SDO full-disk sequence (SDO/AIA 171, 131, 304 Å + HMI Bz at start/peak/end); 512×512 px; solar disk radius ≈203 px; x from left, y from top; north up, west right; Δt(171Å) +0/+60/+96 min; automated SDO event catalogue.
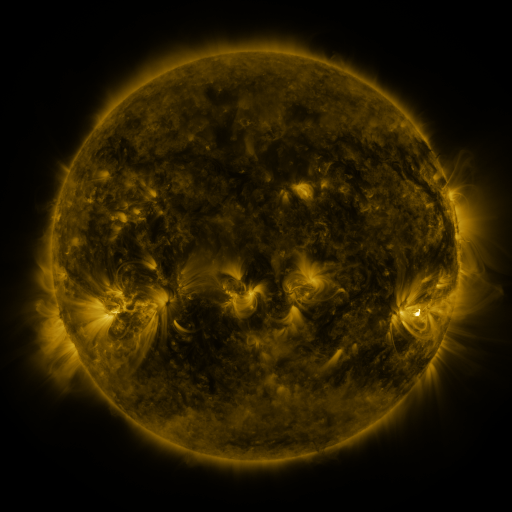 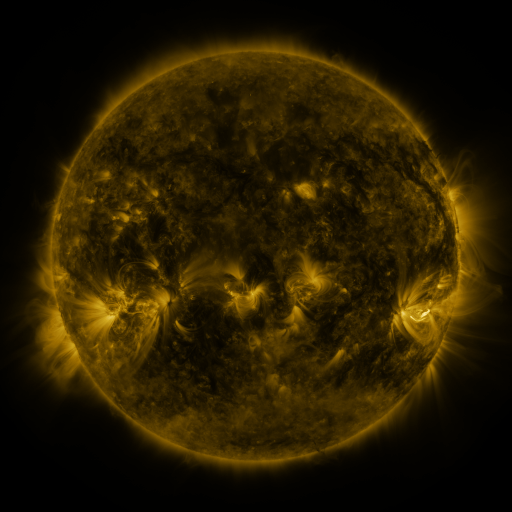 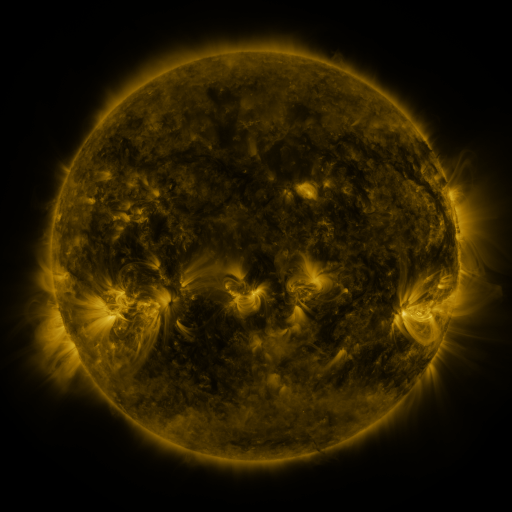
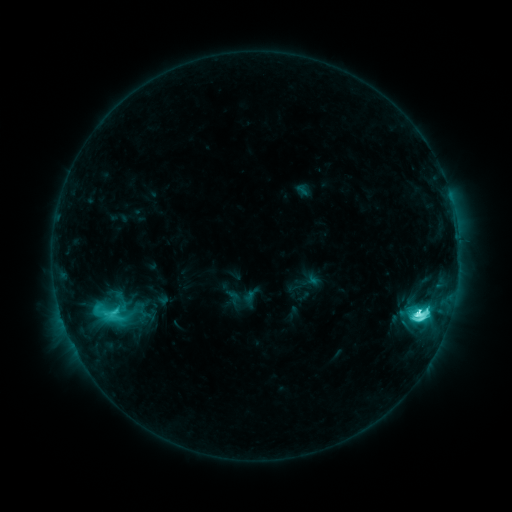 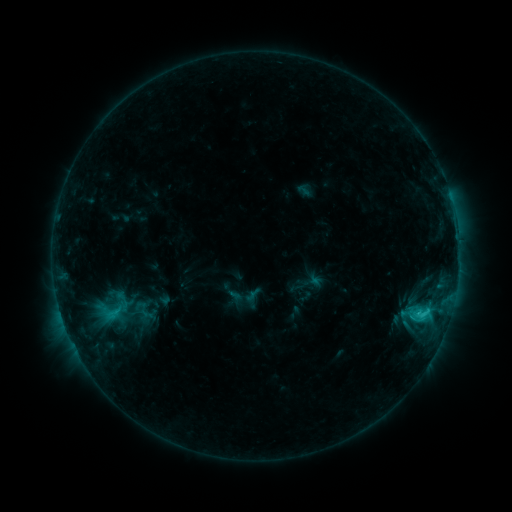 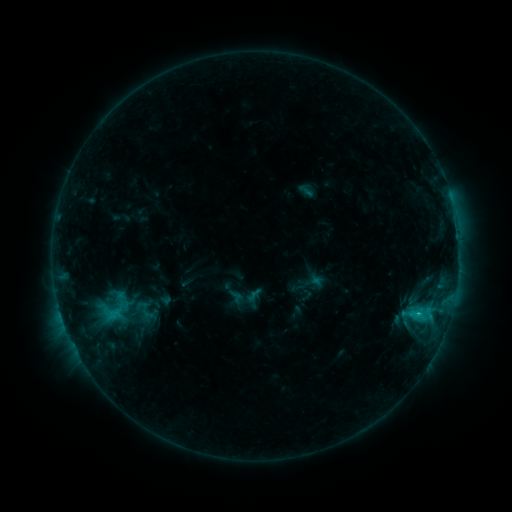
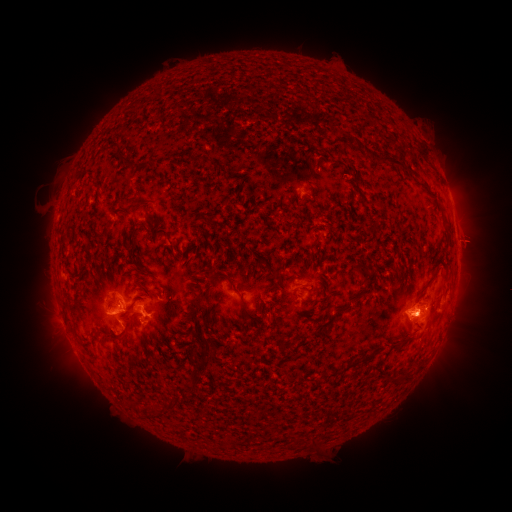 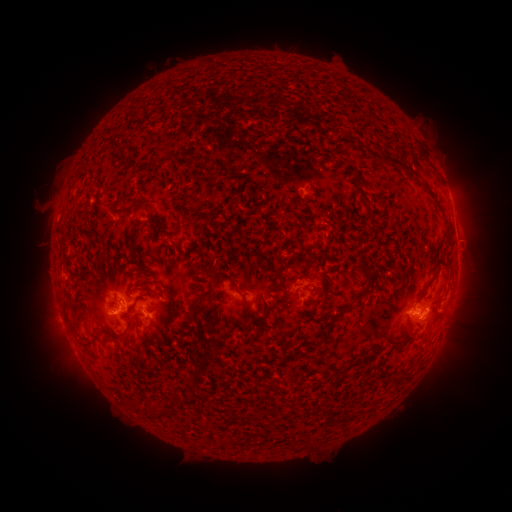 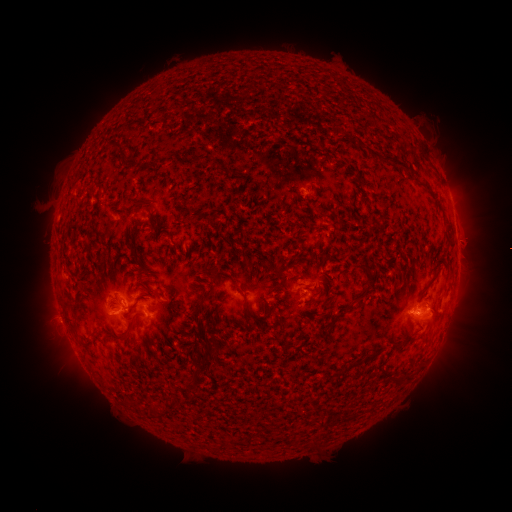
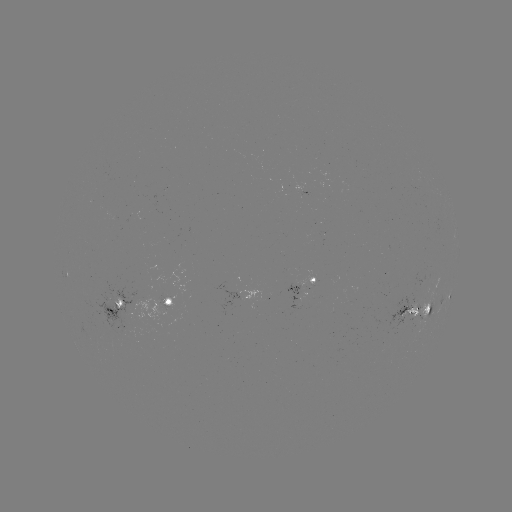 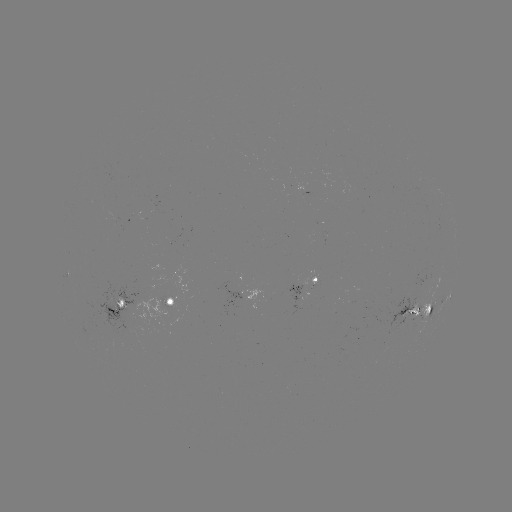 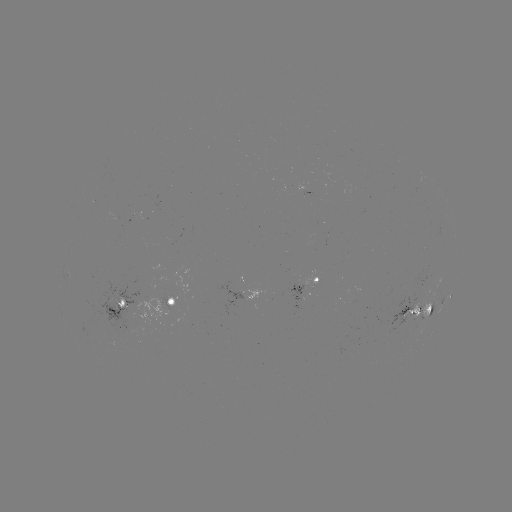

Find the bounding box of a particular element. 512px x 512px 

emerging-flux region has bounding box [113, 299, 126, 309].